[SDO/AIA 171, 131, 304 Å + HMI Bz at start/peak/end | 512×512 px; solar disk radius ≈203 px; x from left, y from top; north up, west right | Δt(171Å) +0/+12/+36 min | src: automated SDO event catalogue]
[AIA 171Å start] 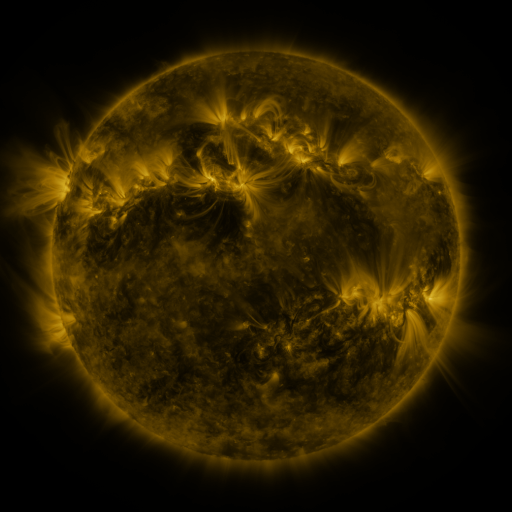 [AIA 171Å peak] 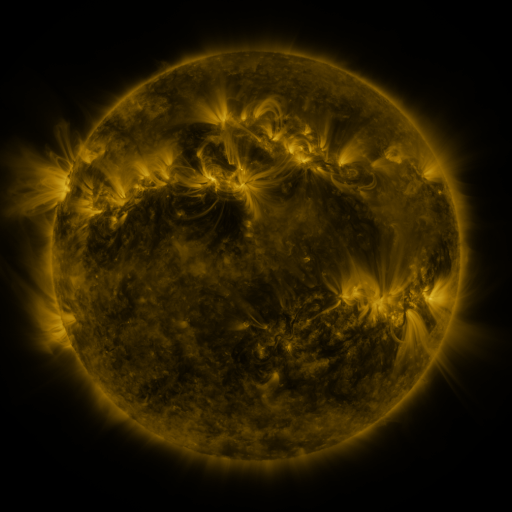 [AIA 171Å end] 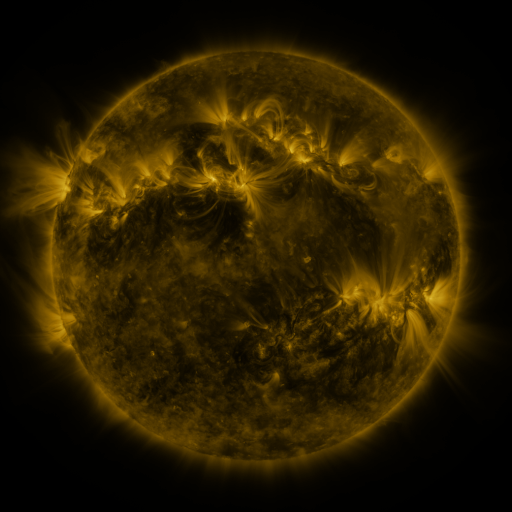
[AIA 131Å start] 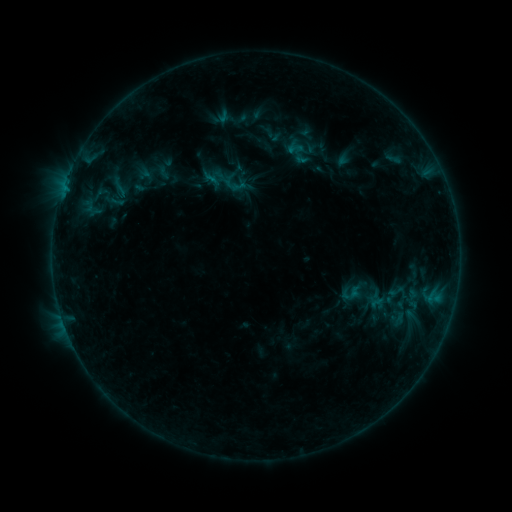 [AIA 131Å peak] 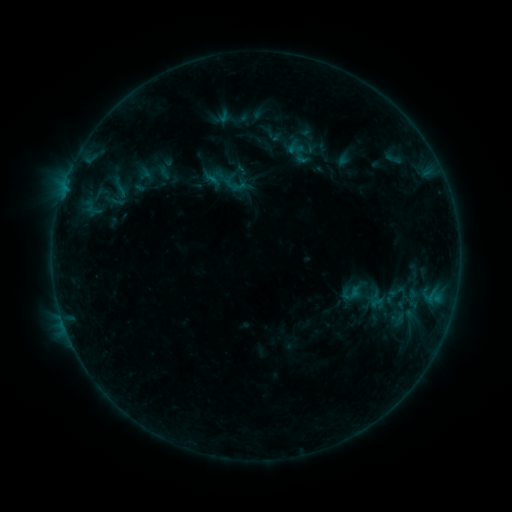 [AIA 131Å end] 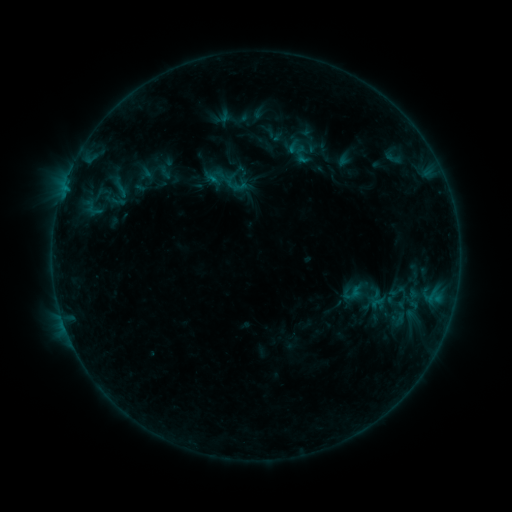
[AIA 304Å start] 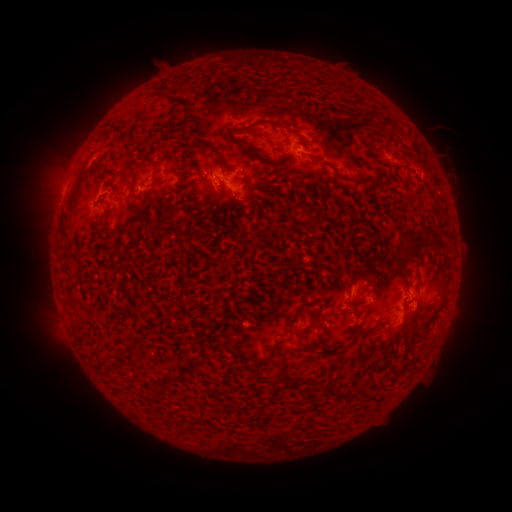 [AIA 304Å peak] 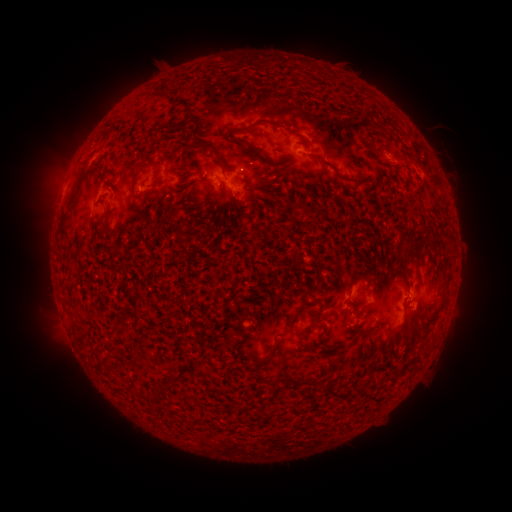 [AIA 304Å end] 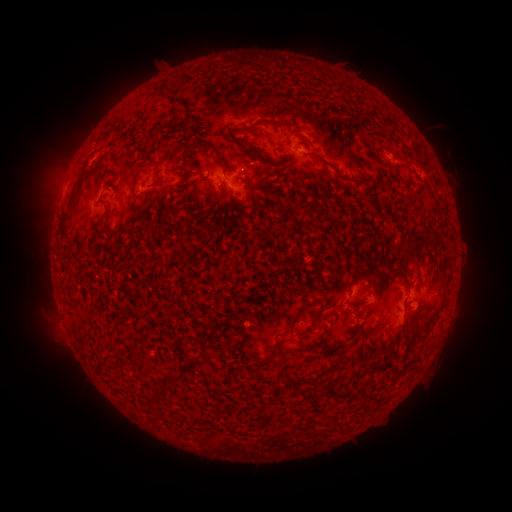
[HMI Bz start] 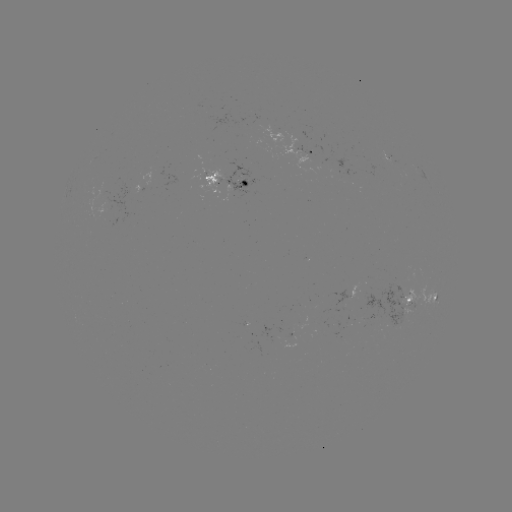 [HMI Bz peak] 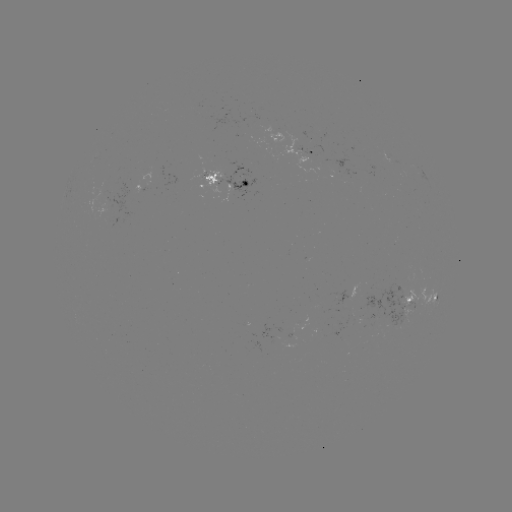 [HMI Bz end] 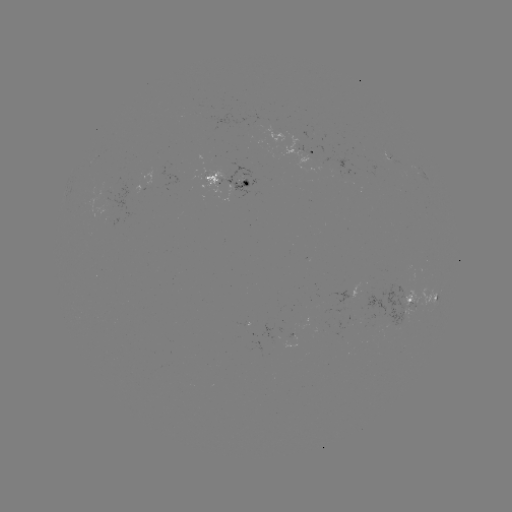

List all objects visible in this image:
emerging-flux region: (229, 185)
